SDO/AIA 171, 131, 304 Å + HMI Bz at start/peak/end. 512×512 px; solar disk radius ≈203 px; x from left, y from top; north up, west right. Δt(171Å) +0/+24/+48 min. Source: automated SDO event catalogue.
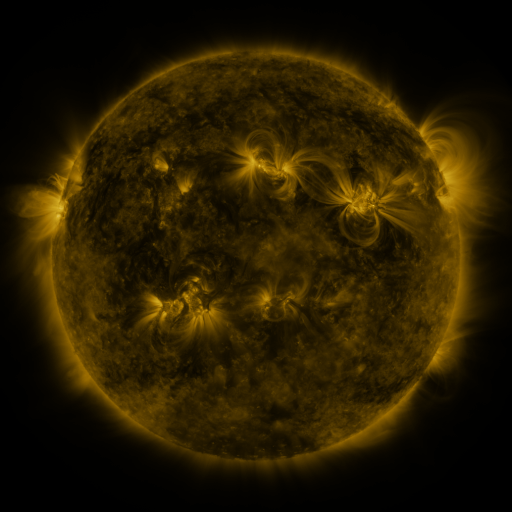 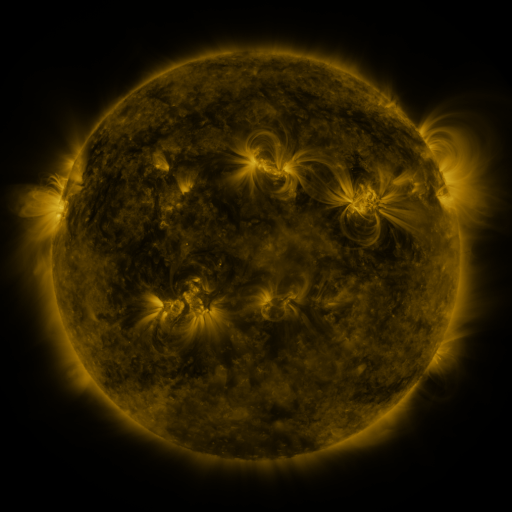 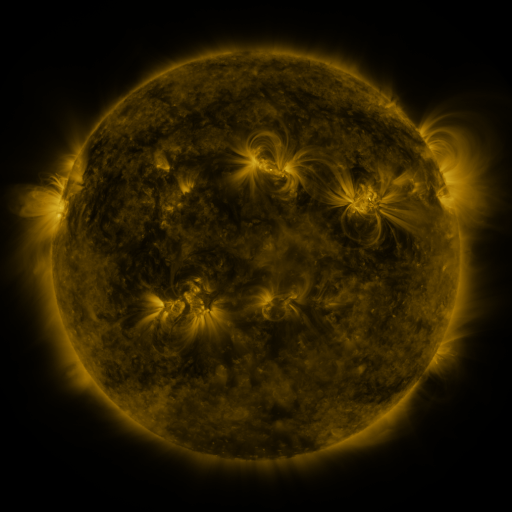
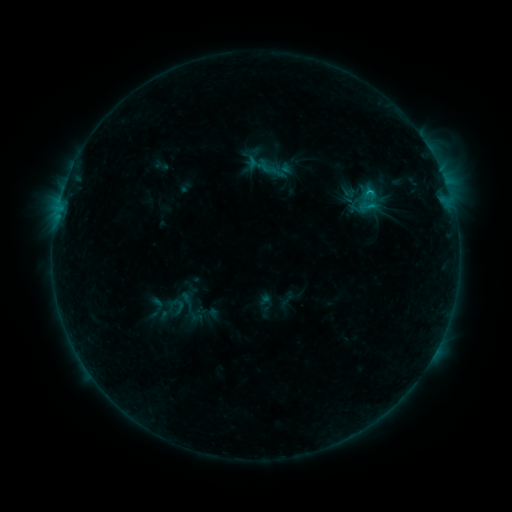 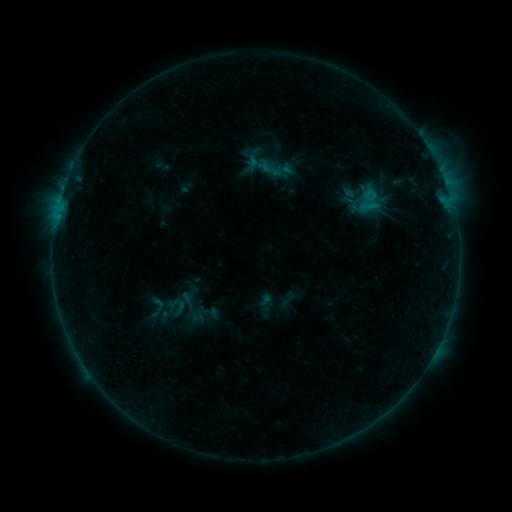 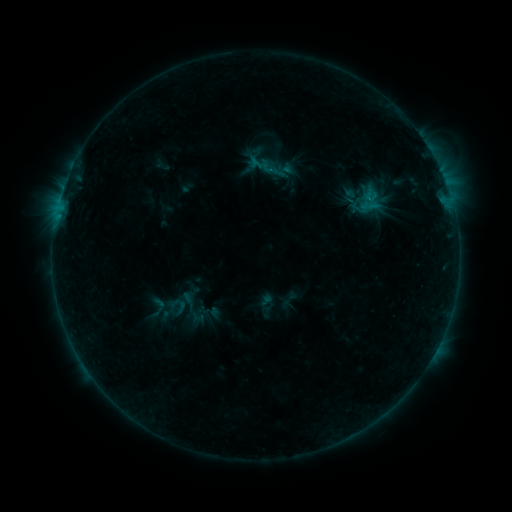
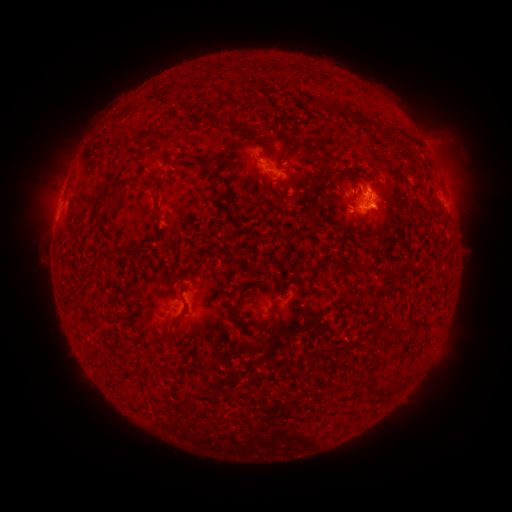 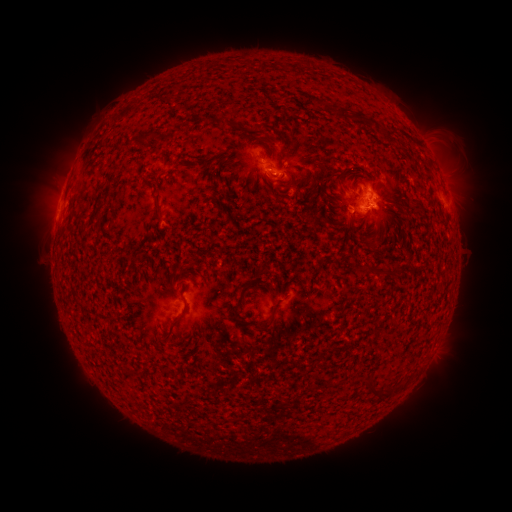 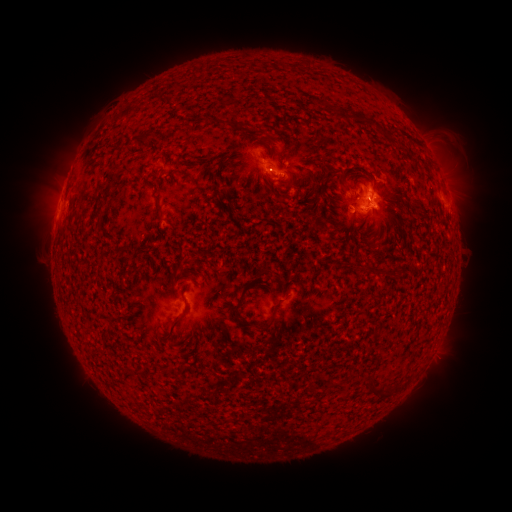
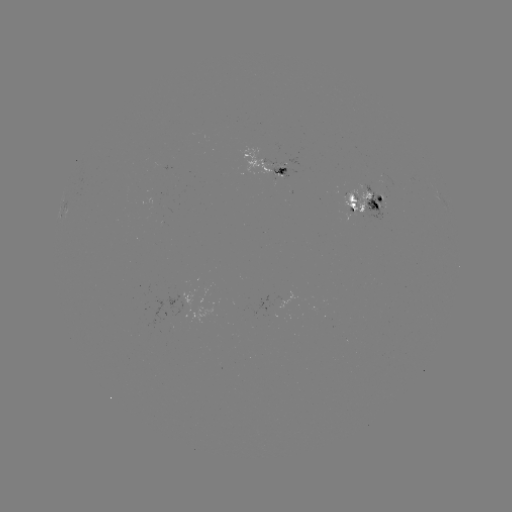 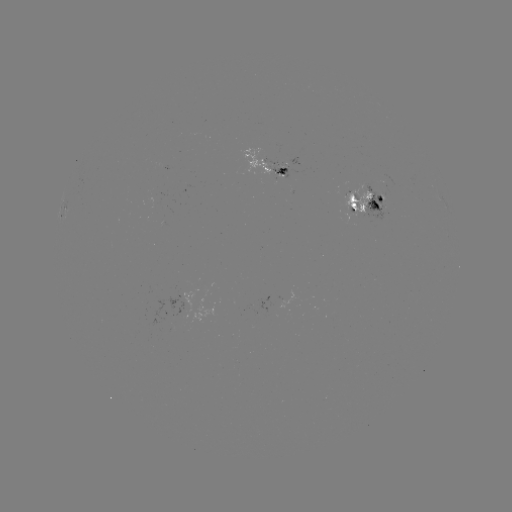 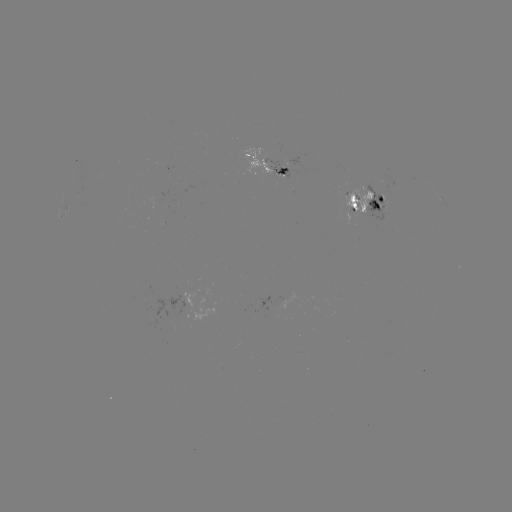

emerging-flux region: [272, 167, 289, 180]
